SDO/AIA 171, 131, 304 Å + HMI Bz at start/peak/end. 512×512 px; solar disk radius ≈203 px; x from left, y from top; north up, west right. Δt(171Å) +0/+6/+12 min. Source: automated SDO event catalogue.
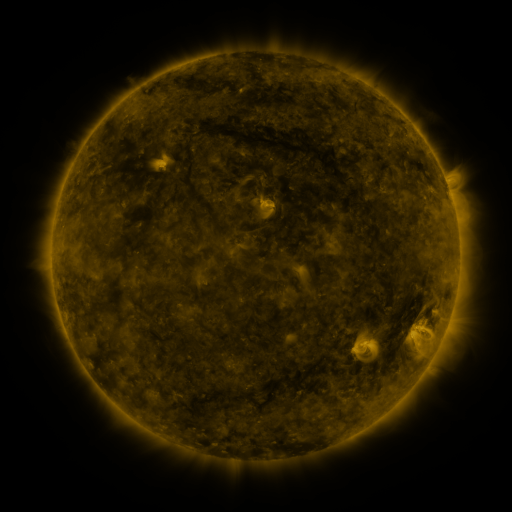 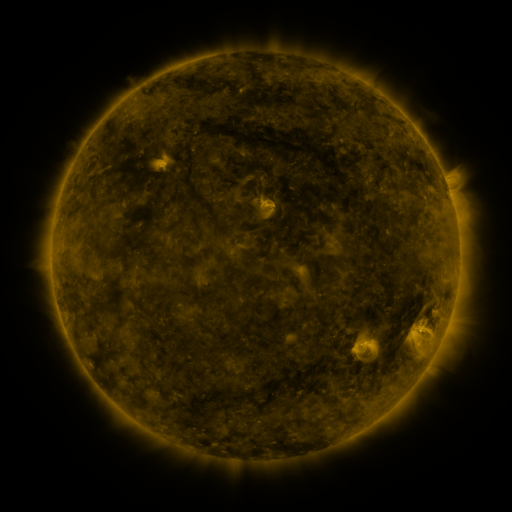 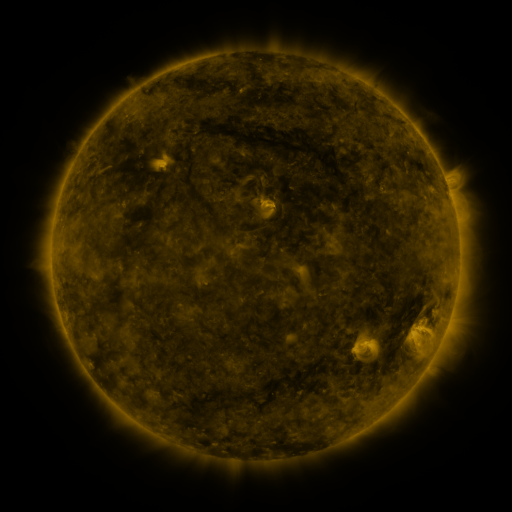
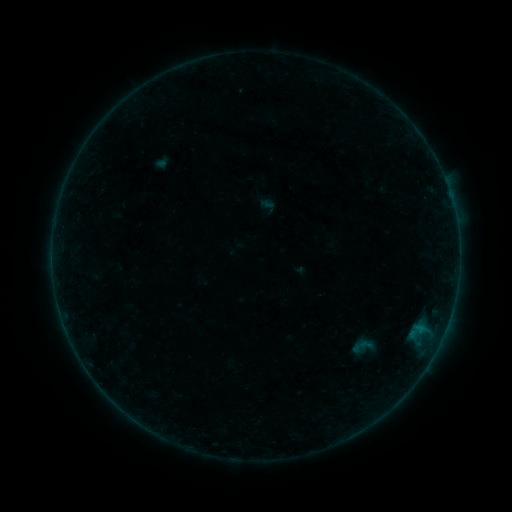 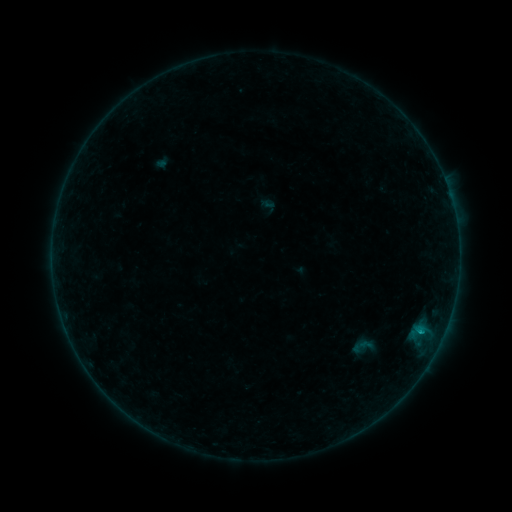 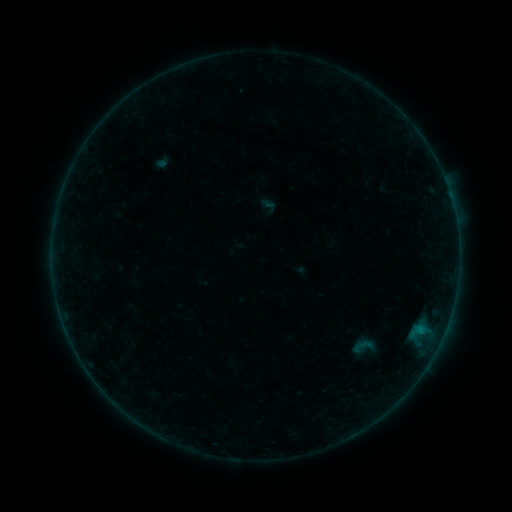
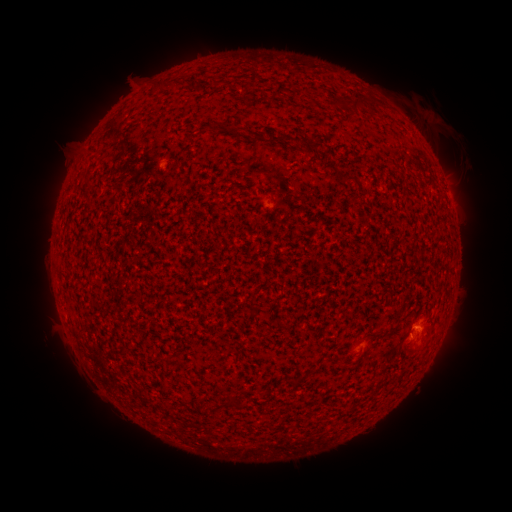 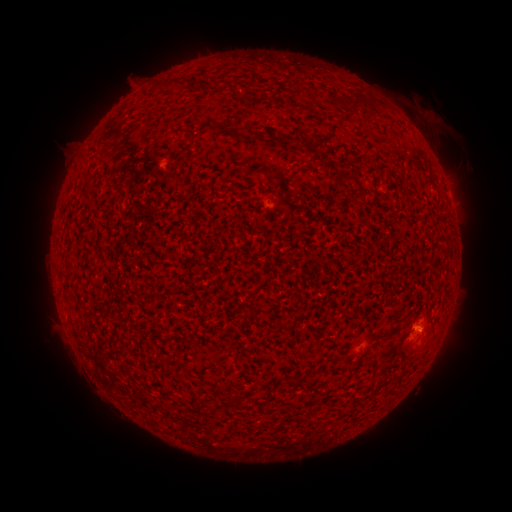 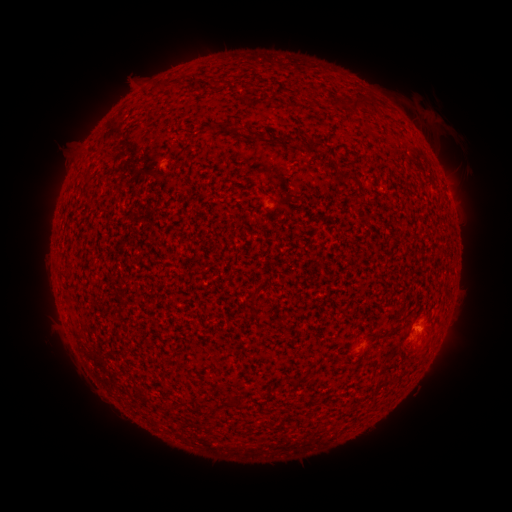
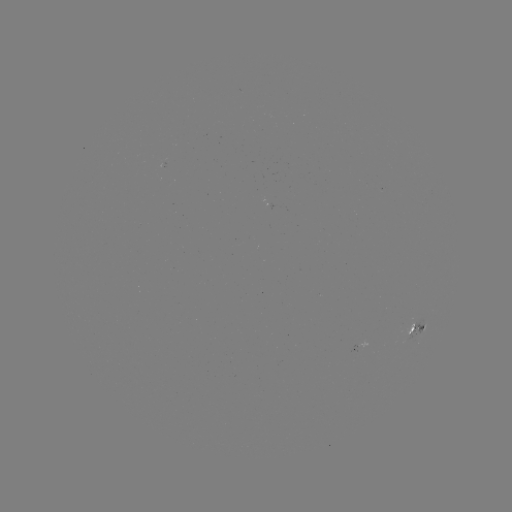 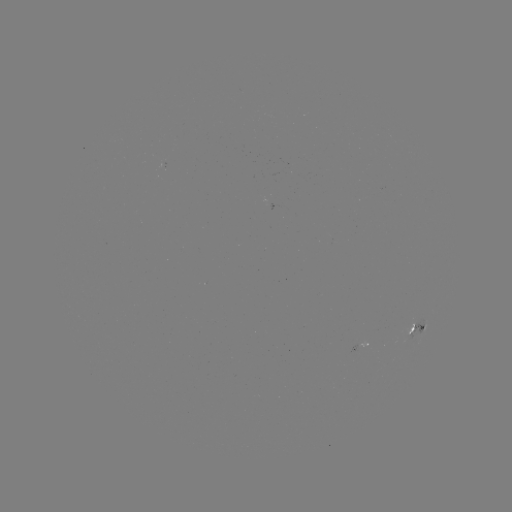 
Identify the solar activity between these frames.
B2.7 flare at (419, 329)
